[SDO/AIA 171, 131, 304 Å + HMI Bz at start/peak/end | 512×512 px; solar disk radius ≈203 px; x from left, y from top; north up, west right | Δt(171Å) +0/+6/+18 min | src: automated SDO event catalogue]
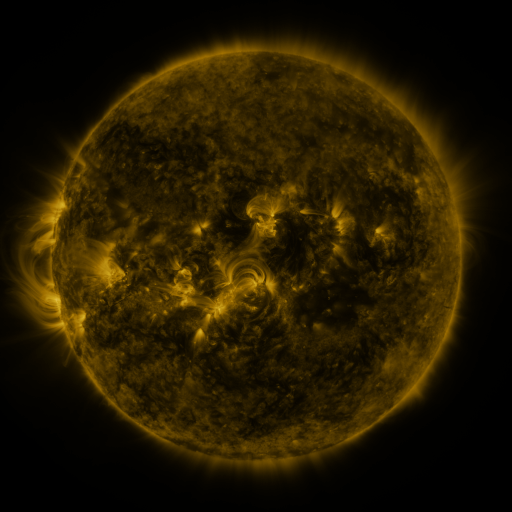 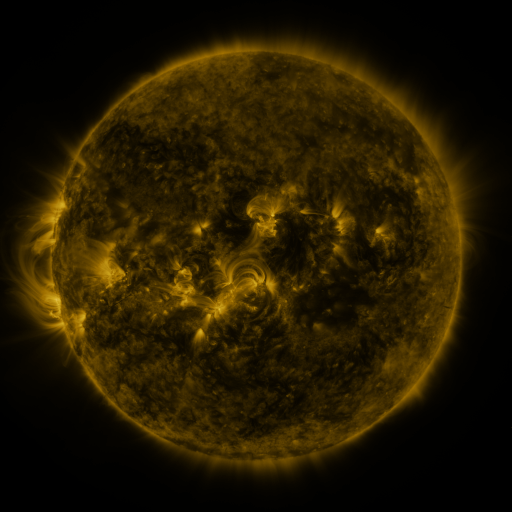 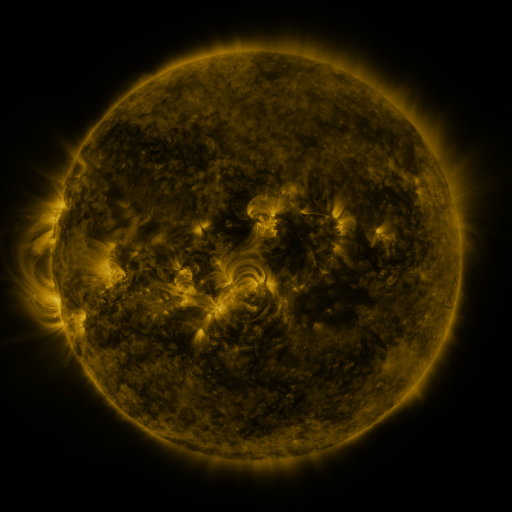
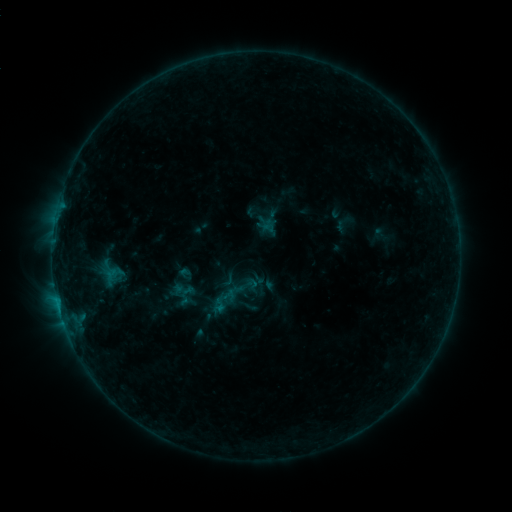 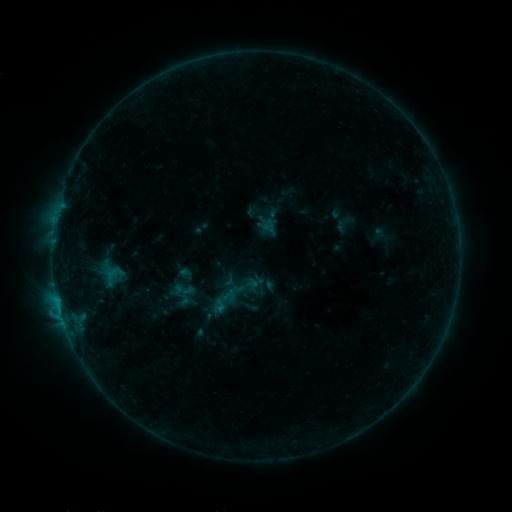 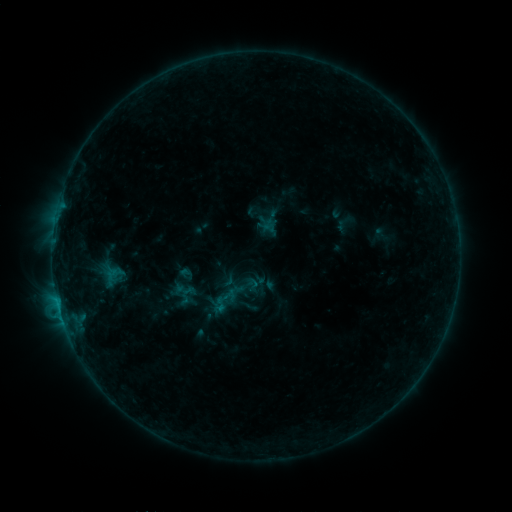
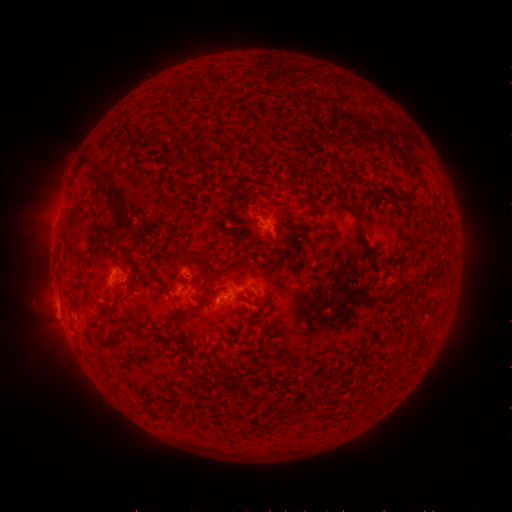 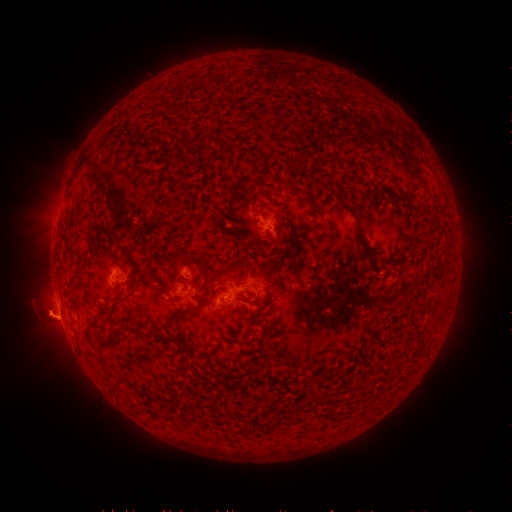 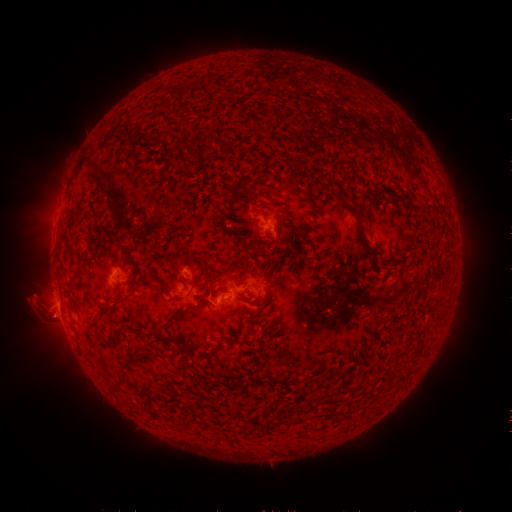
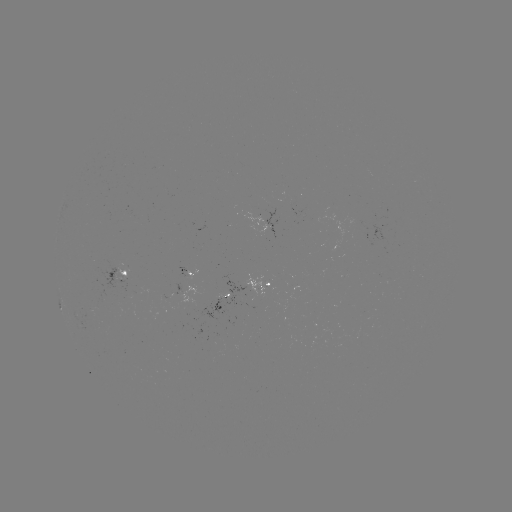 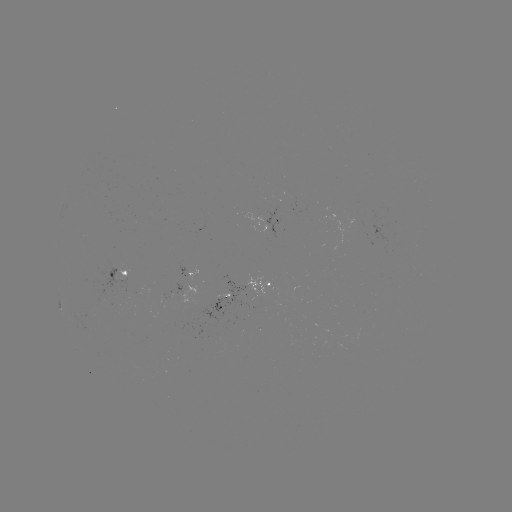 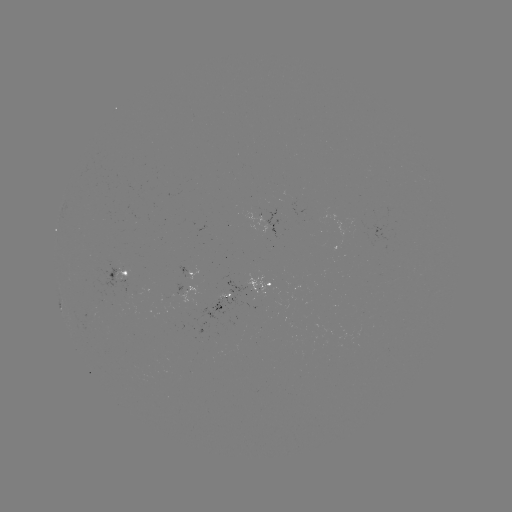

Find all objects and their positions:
eruption: (44, 312)
